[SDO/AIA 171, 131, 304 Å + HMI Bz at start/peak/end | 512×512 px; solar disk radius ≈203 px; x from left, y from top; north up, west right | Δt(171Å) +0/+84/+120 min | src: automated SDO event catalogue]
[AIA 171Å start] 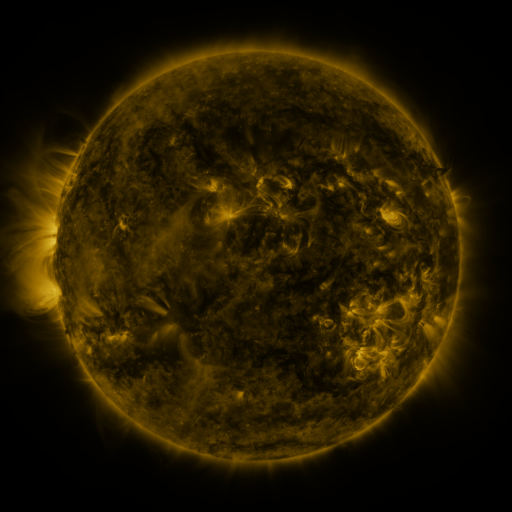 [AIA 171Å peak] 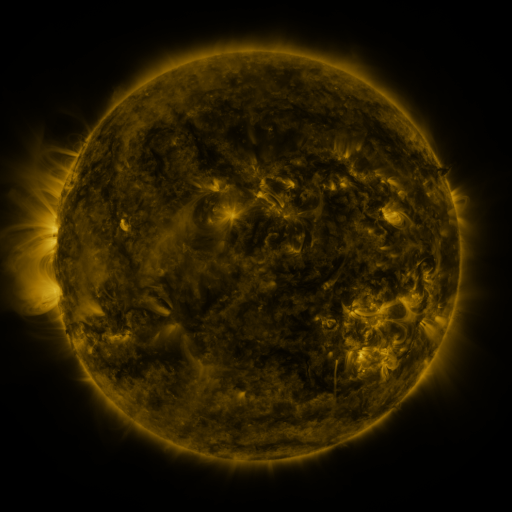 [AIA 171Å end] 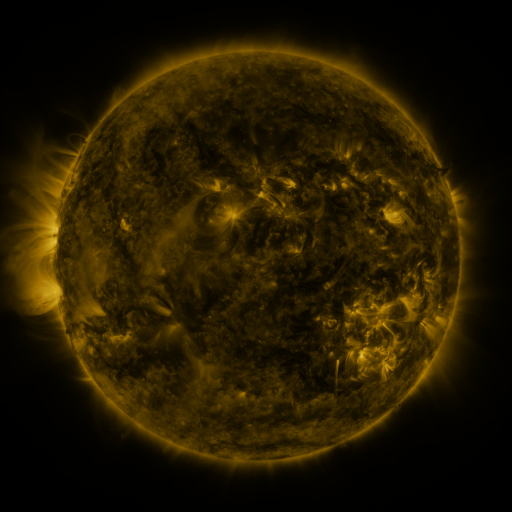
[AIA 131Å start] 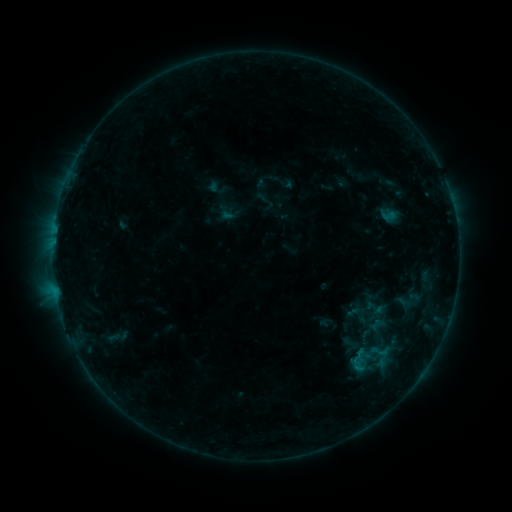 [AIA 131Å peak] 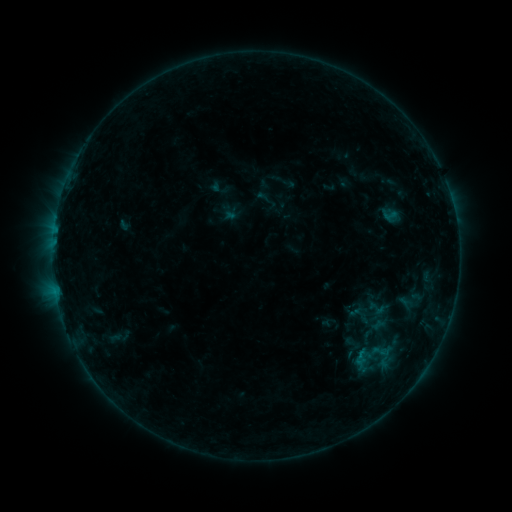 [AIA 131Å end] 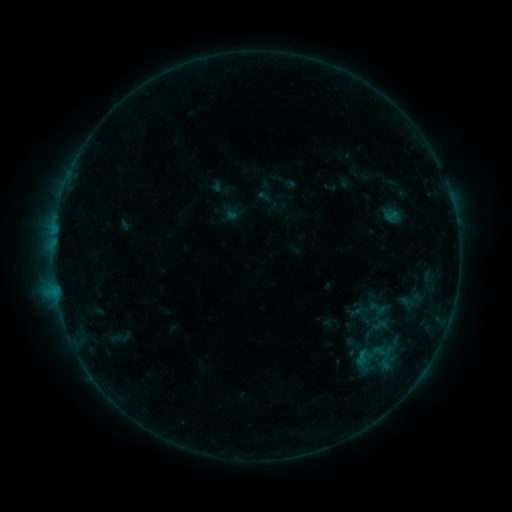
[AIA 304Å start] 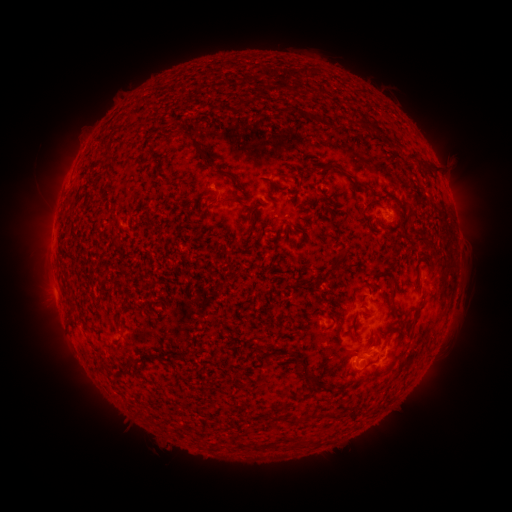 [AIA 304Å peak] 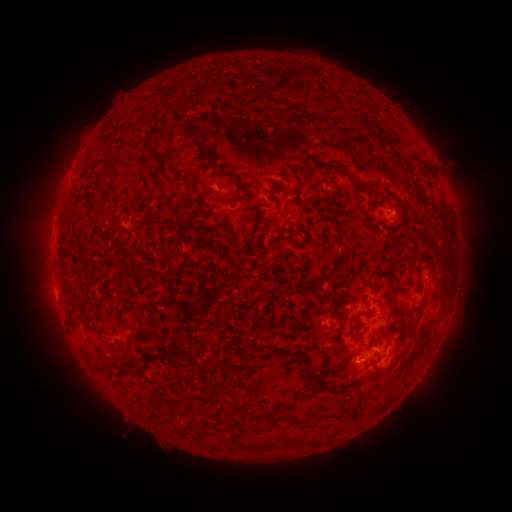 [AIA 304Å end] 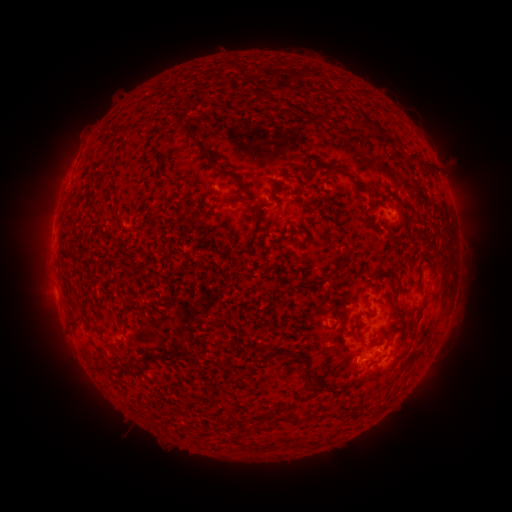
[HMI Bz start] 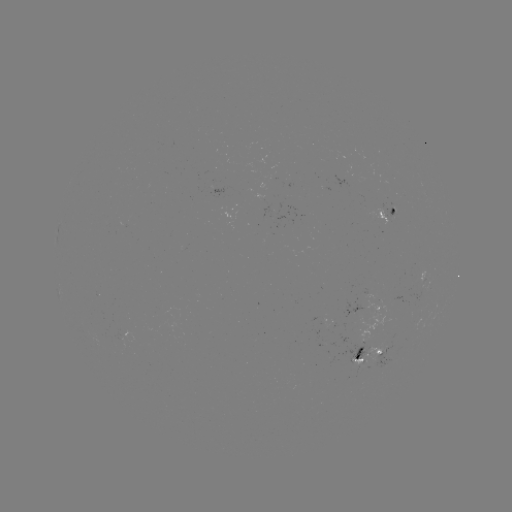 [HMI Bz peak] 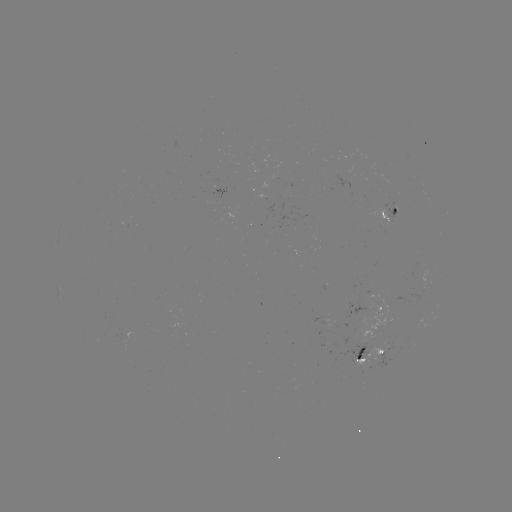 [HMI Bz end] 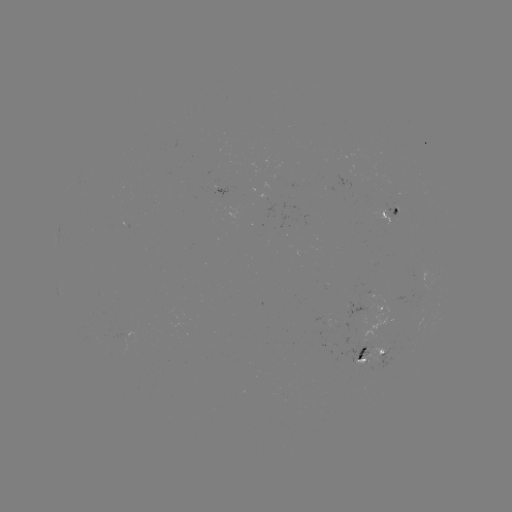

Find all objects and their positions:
emerging-flux region: (388, 357)
